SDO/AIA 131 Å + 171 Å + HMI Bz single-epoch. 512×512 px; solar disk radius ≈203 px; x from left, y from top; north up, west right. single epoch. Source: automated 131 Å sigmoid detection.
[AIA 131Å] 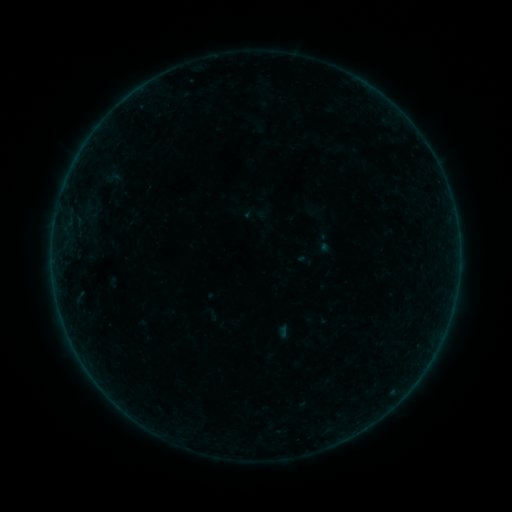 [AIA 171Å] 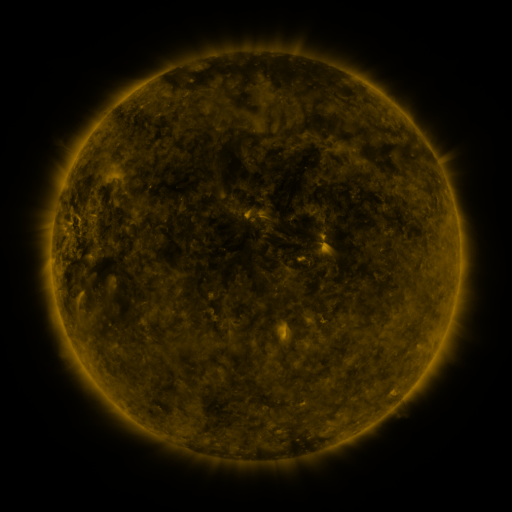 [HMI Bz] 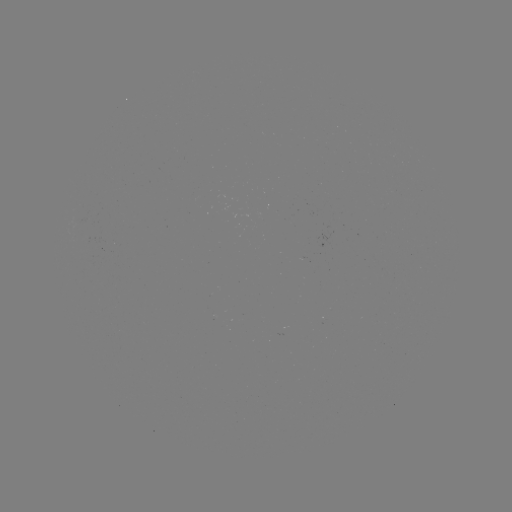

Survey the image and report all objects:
sigmoid: (113, 178)
